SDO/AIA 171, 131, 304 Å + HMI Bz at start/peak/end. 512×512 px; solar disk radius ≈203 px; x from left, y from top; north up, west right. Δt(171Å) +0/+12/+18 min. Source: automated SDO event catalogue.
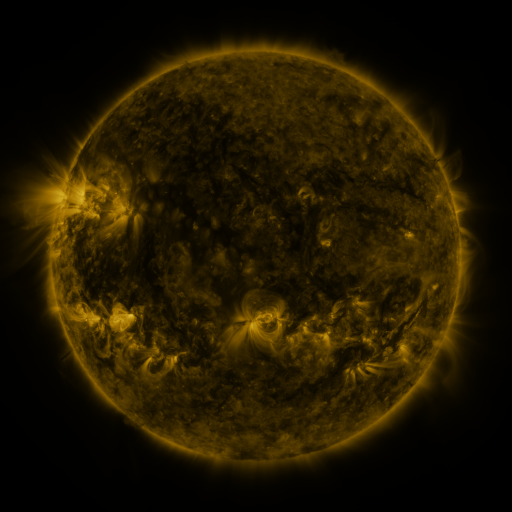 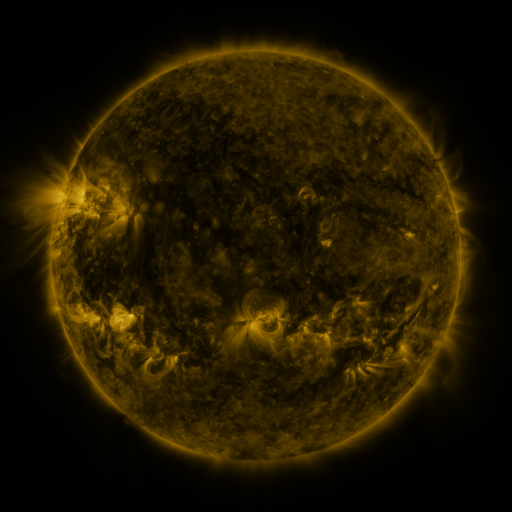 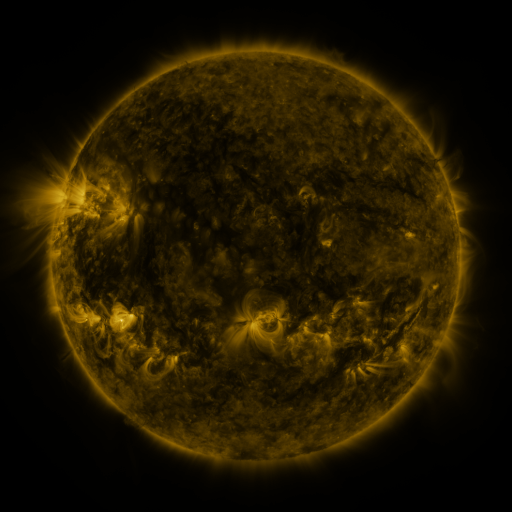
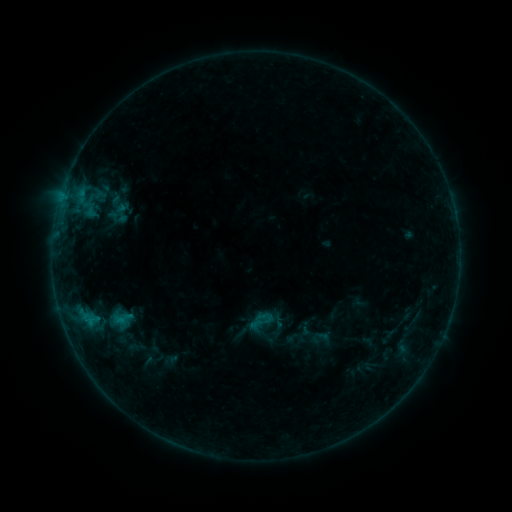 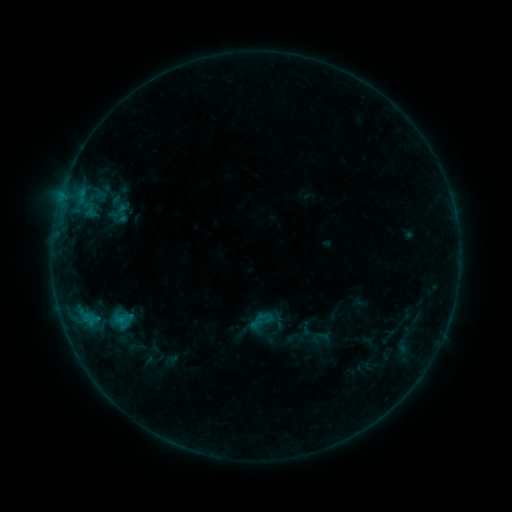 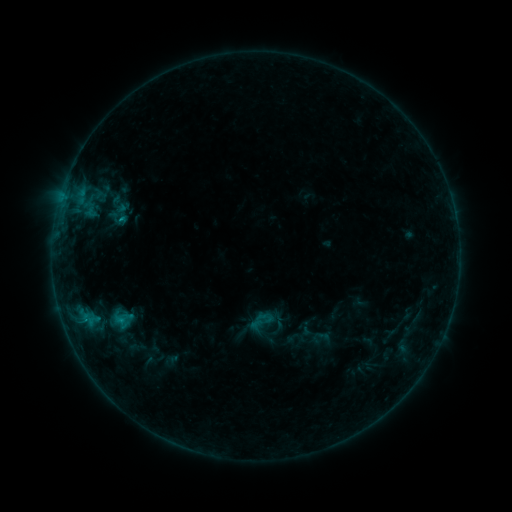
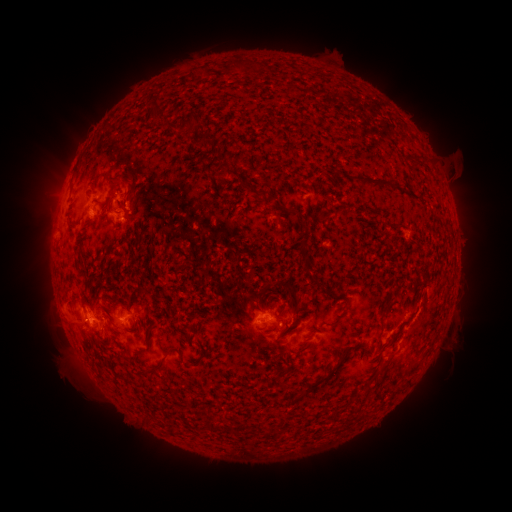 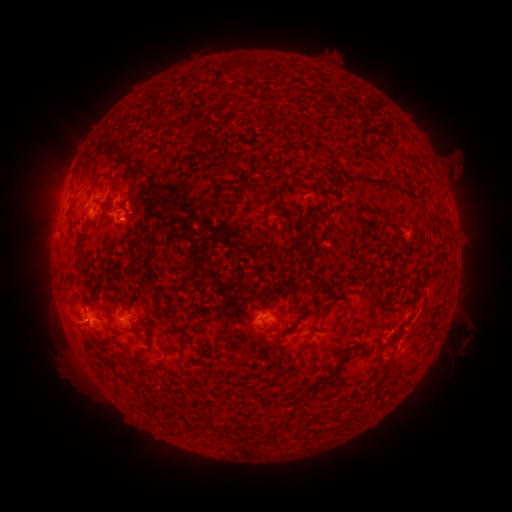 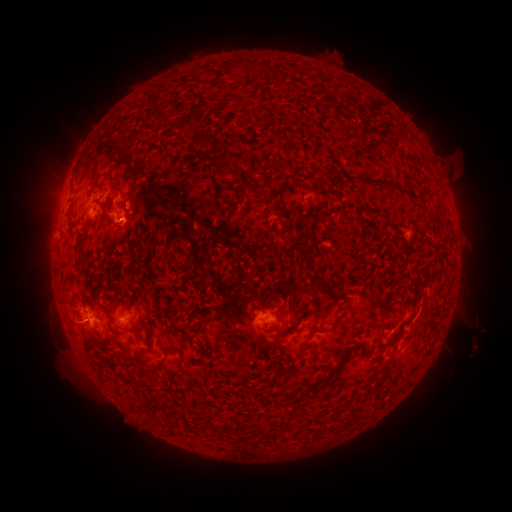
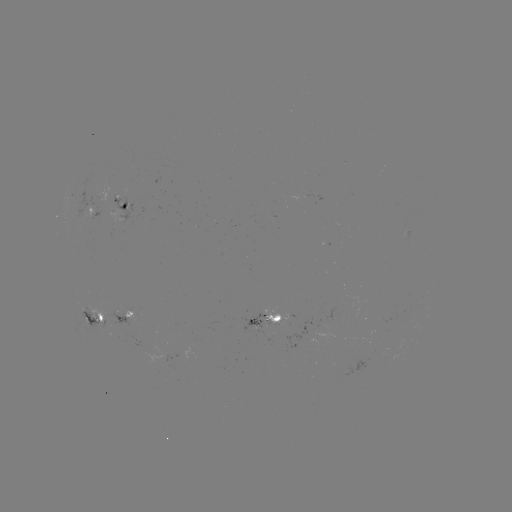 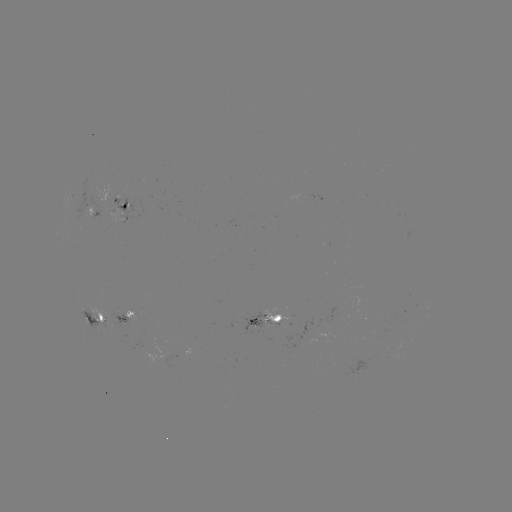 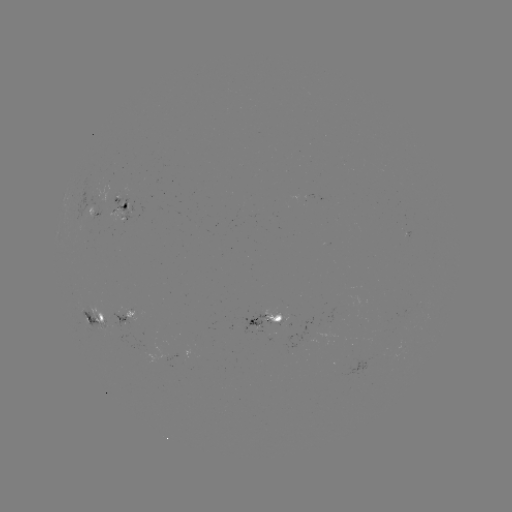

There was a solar eruption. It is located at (465, 334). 